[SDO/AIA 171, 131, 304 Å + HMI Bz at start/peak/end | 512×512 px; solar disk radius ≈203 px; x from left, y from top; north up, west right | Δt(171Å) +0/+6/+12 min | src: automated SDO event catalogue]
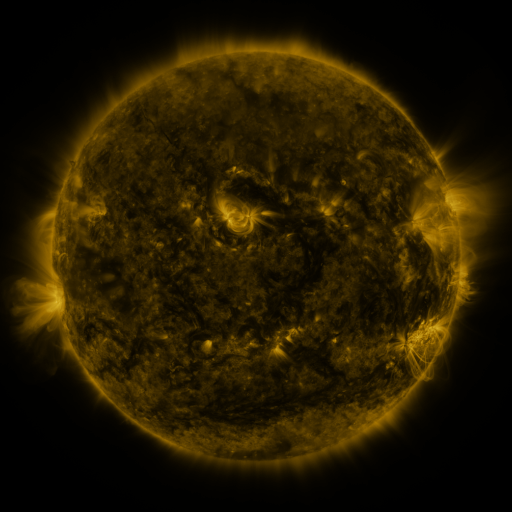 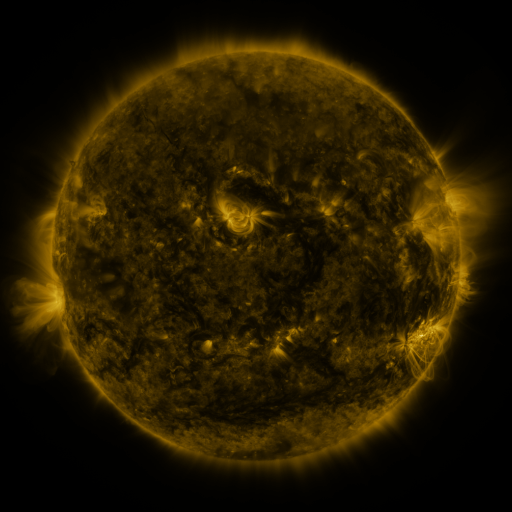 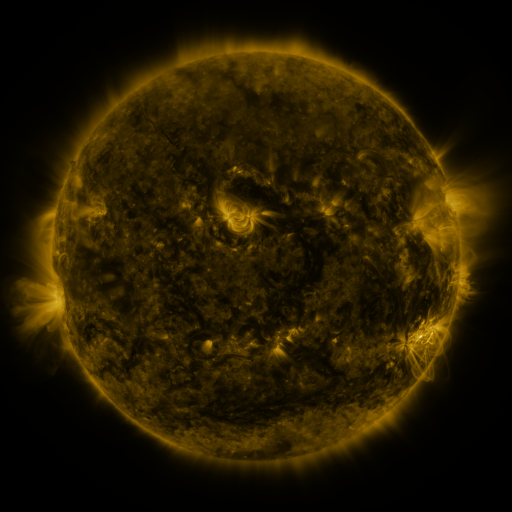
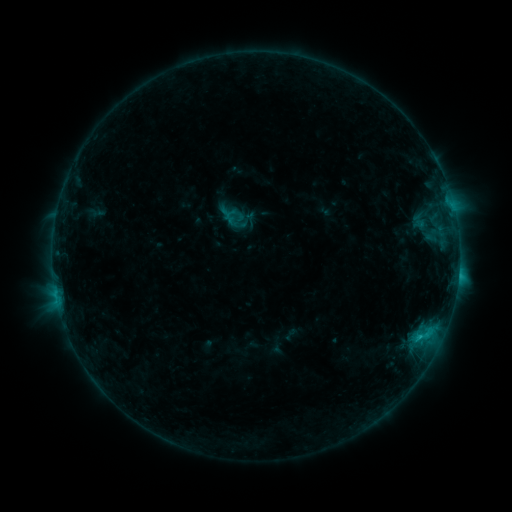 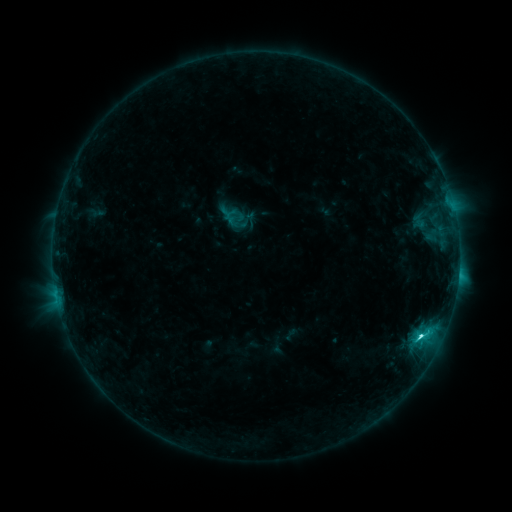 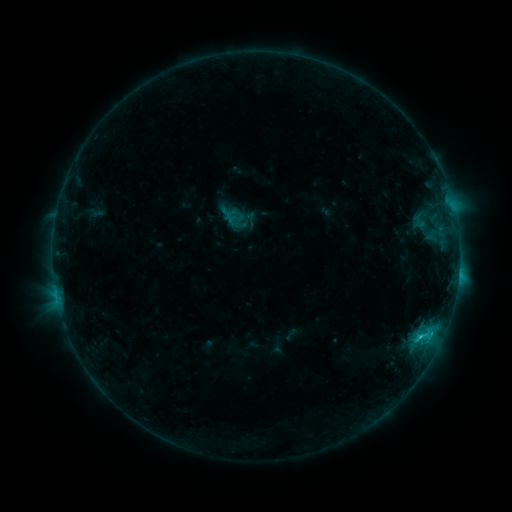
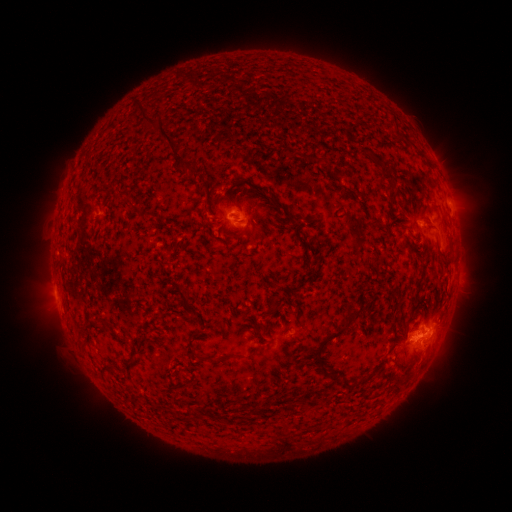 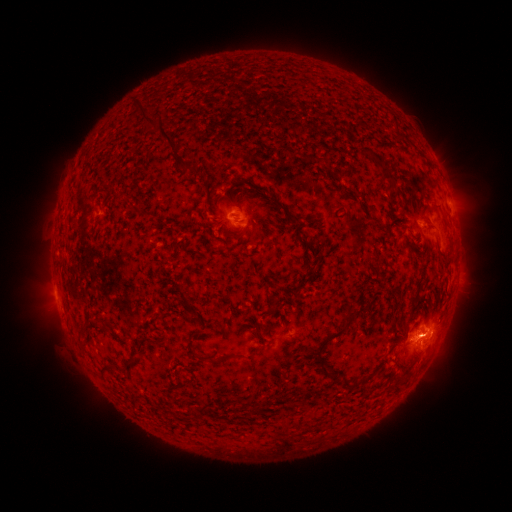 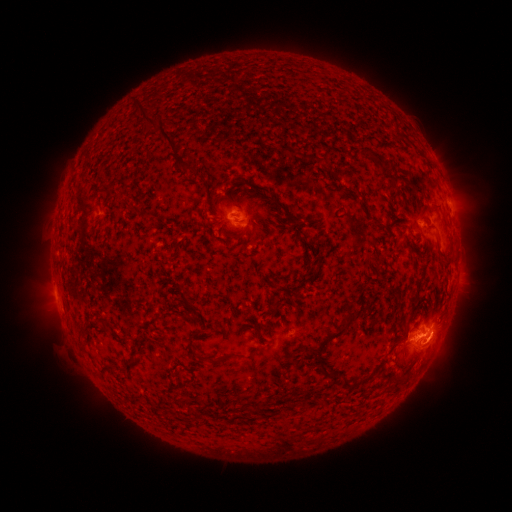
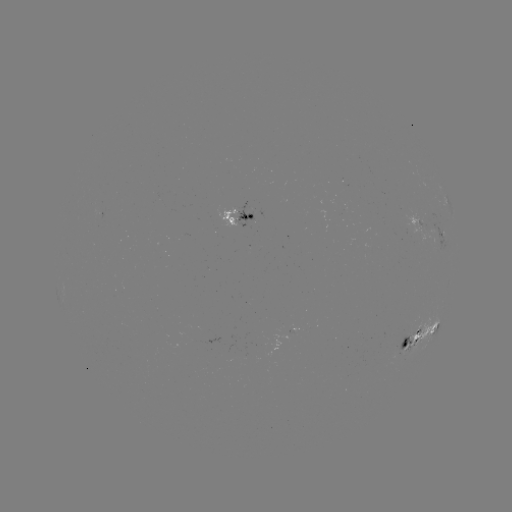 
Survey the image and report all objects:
C3.5 flare: (419, 336)
